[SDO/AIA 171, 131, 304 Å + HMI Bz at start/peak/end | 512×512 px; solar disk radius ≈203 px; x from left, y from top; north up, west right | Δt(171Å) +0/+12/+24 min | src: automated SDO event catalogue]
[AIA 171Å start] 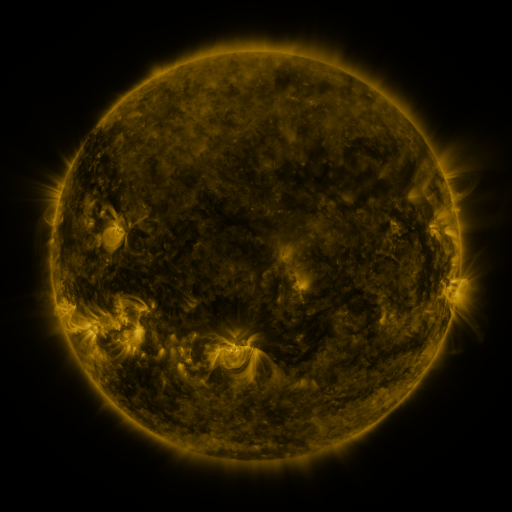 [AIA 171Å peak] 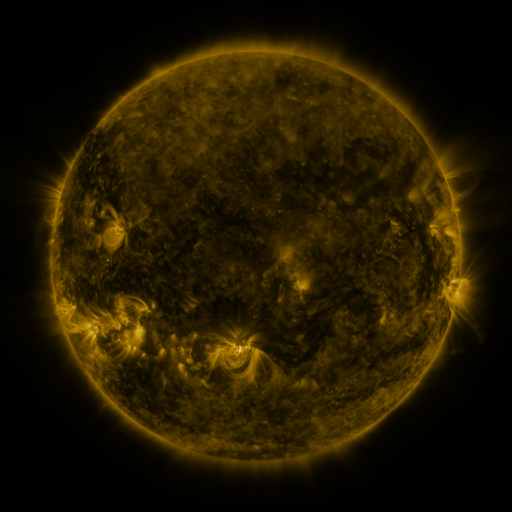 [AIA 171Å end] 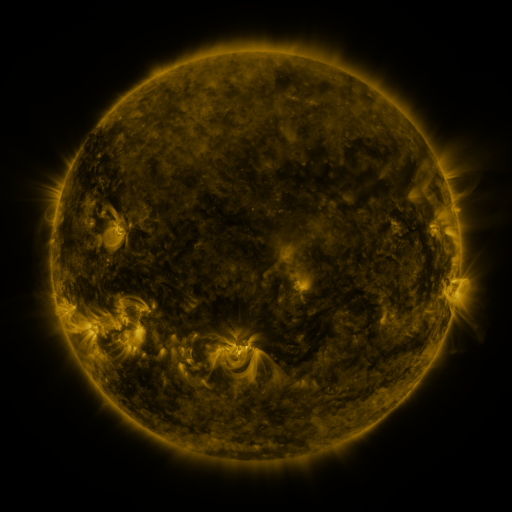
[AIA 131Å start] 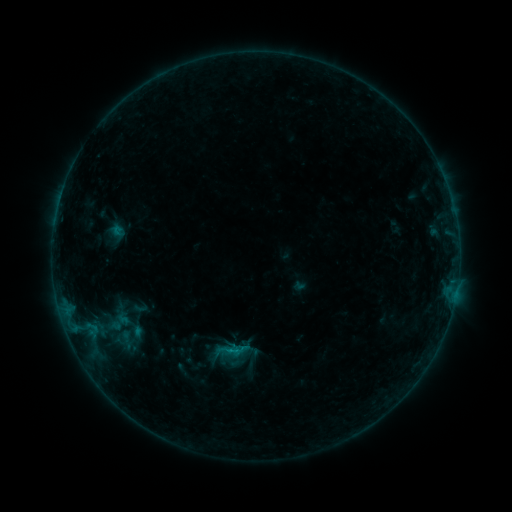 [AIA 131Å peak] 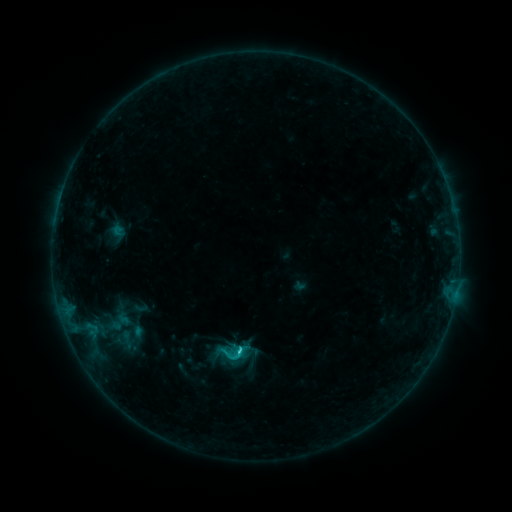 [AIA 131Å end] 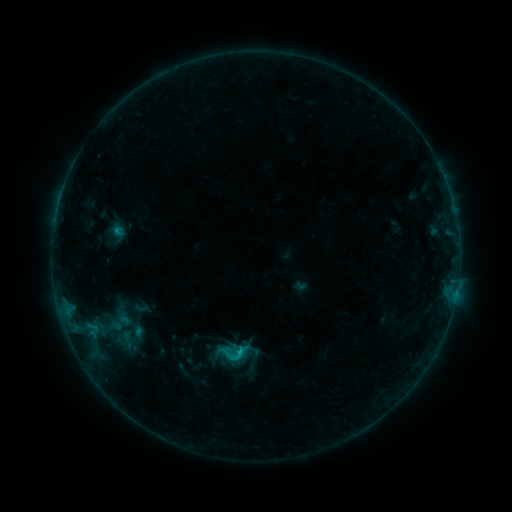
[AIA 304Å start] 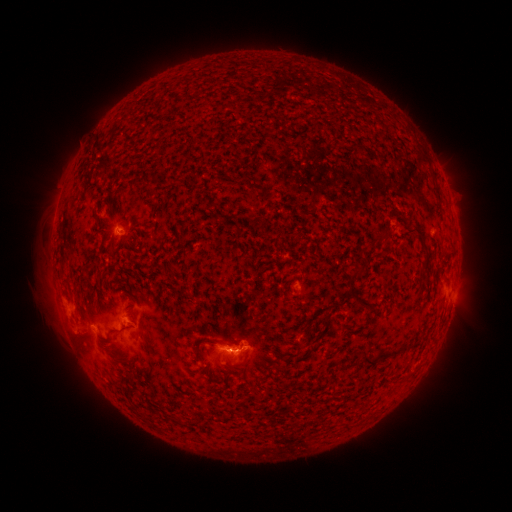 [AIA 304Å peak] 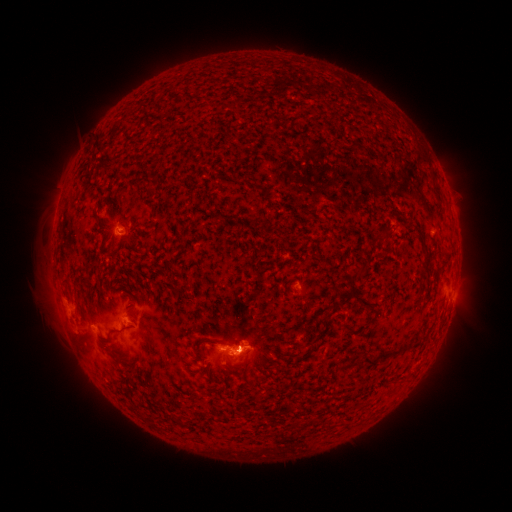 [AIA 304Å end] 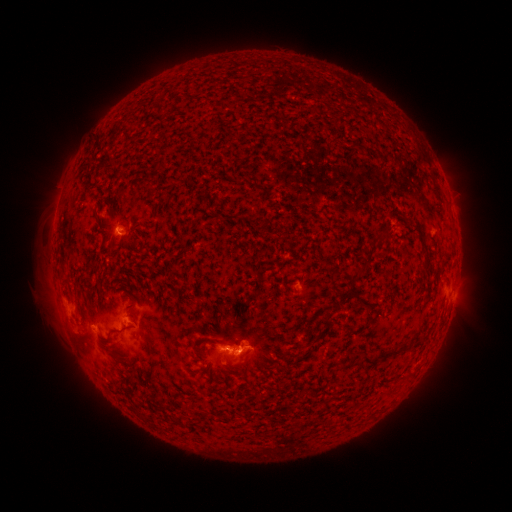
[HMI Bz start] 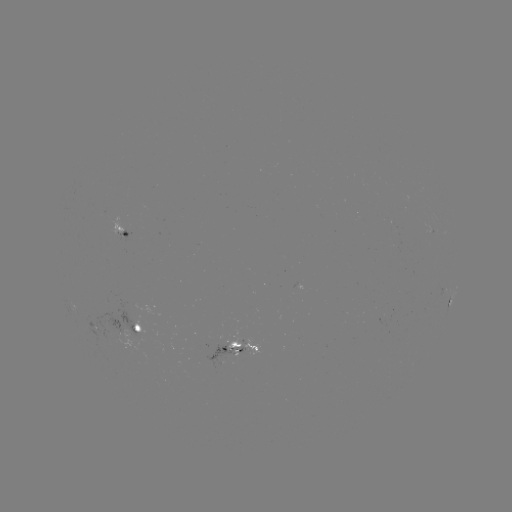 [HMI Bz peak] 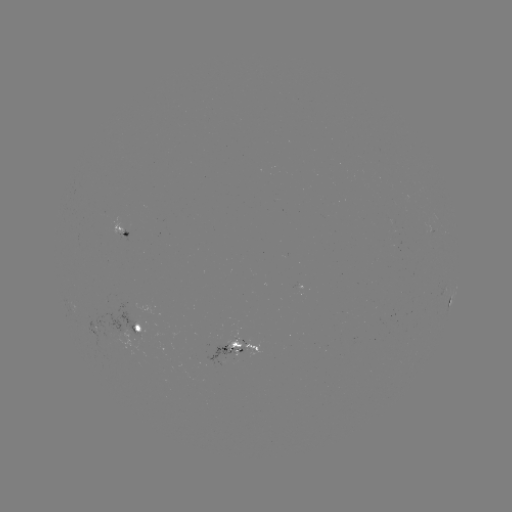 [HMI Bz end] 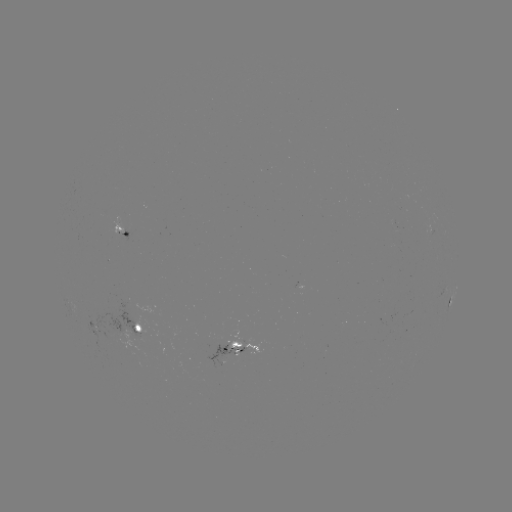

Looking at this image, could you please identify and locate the C1.4 flare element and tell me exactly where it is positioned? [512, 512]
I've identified C1.4 flare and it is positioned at [242, 349].